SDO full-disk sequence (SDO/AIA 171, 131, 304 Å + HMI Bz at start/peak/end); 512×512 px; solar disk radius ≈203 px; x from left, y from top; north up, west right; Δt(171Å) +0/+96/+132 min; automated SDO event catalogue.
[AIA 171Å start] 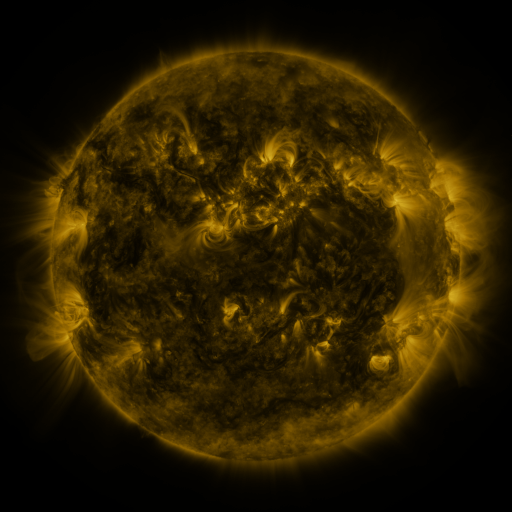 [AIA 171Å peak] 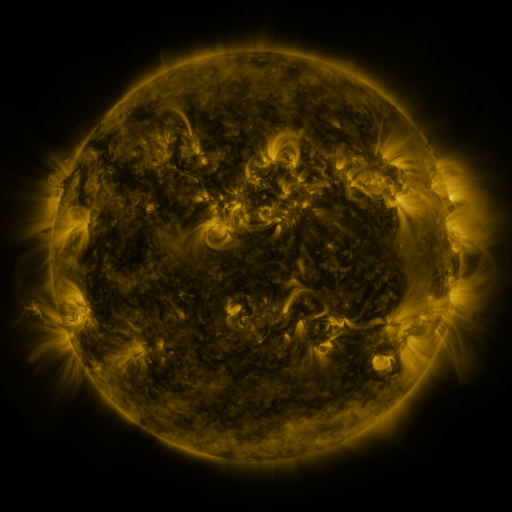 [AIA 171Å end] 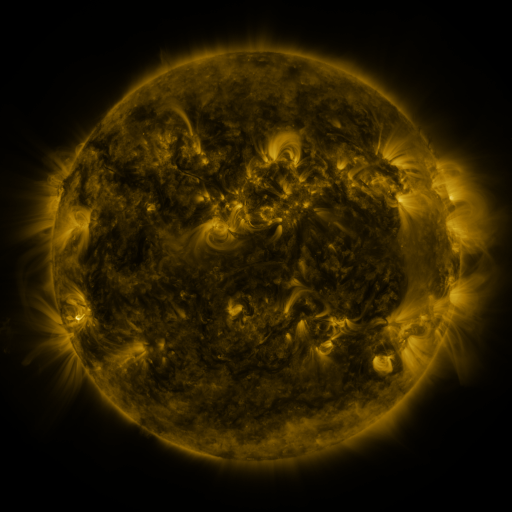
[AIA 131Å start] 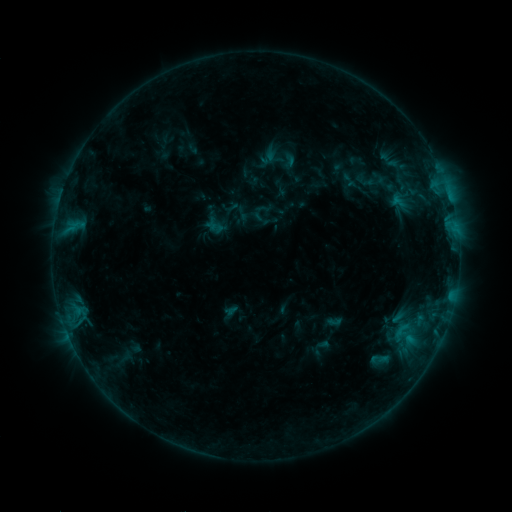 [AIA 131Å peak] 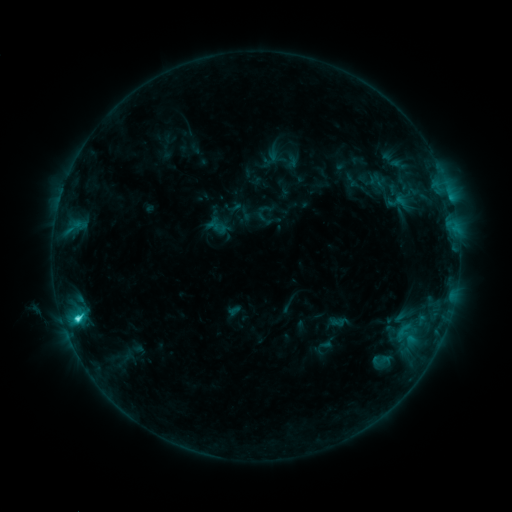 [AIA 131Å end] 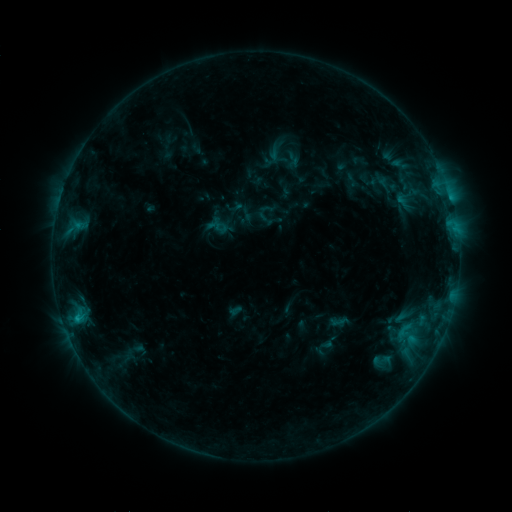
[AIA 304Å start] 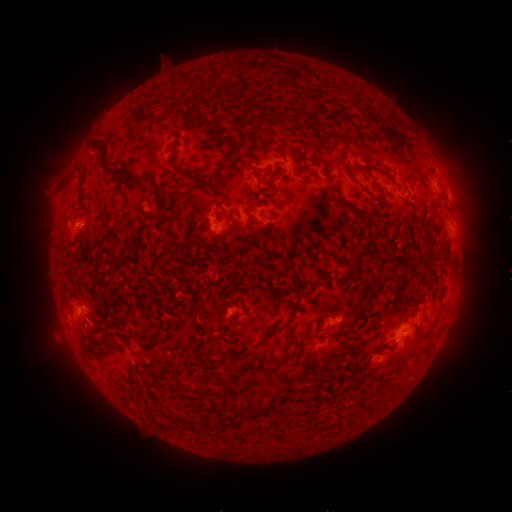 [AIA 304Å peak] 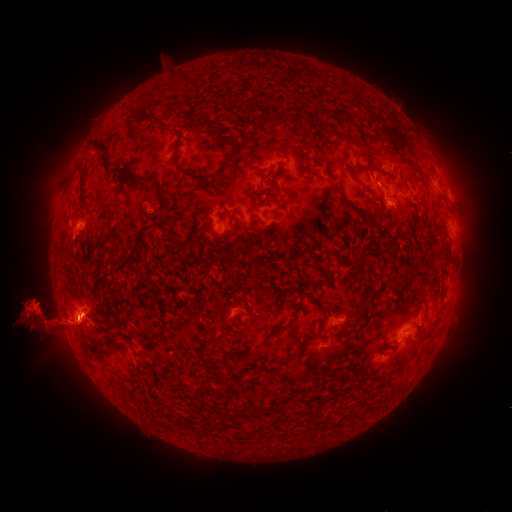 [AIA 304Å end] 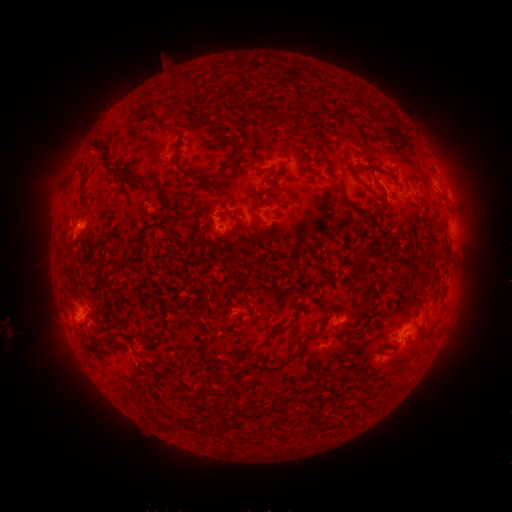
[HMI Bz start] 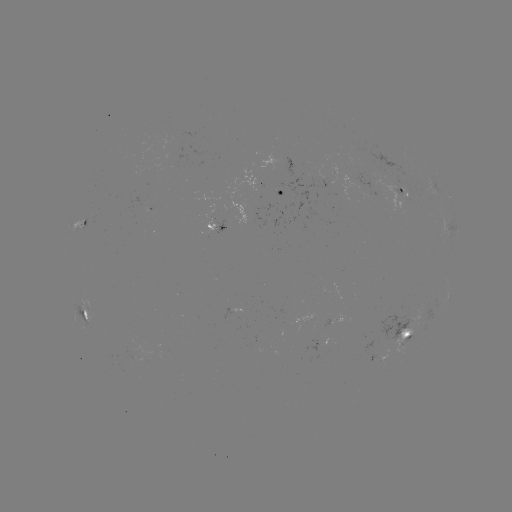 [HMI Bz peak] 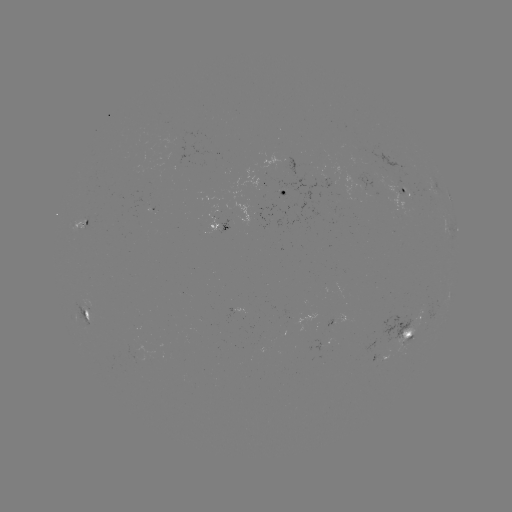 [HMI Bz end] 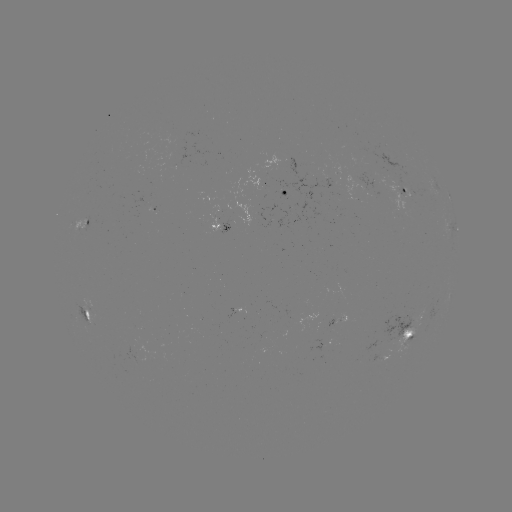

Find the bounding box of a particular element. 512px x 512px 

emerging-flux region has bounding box [203, 206, 218, 234].